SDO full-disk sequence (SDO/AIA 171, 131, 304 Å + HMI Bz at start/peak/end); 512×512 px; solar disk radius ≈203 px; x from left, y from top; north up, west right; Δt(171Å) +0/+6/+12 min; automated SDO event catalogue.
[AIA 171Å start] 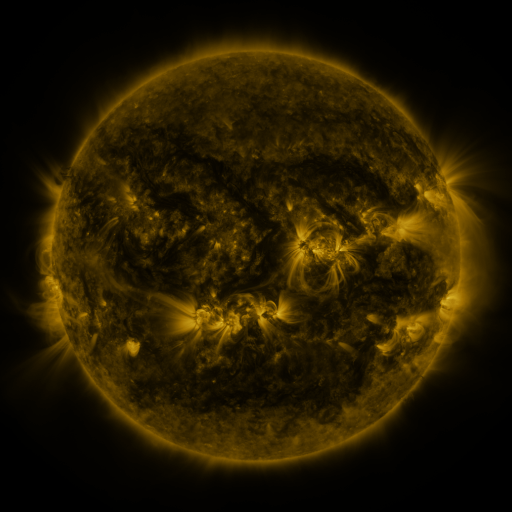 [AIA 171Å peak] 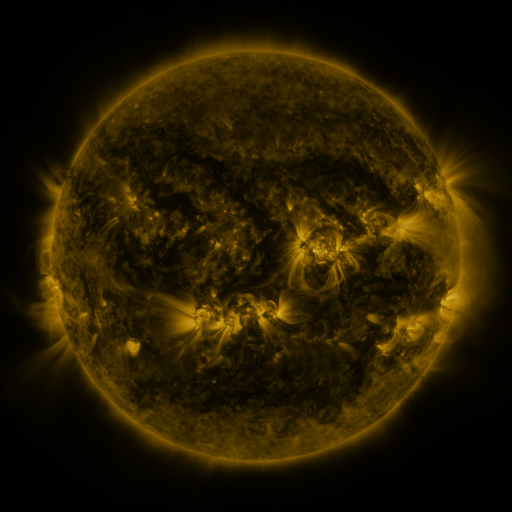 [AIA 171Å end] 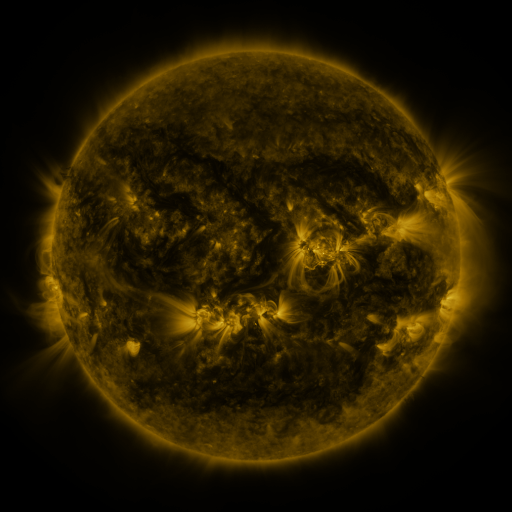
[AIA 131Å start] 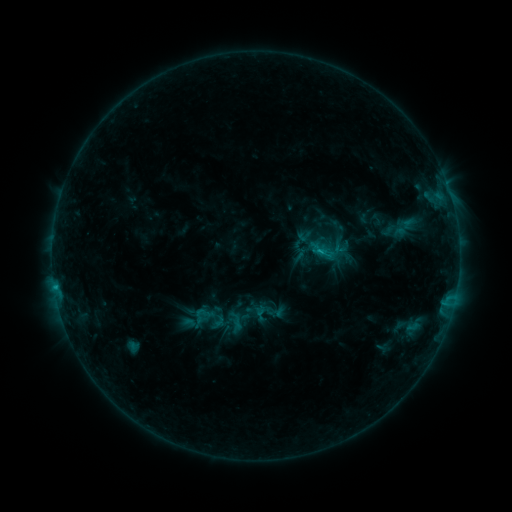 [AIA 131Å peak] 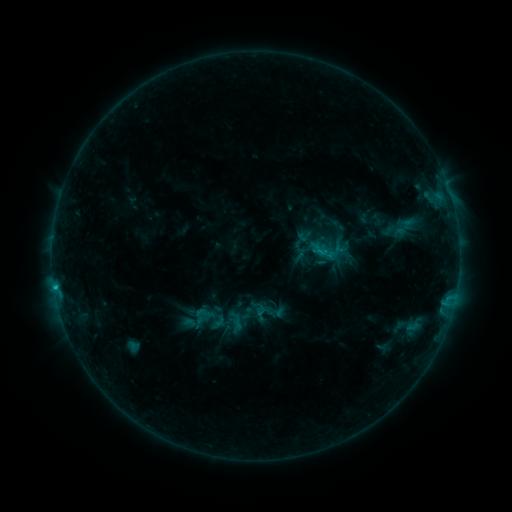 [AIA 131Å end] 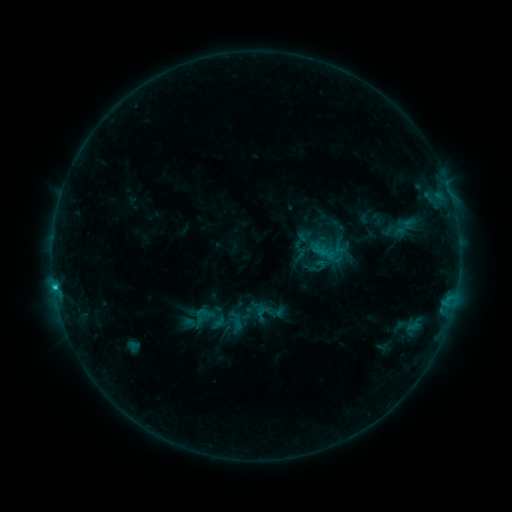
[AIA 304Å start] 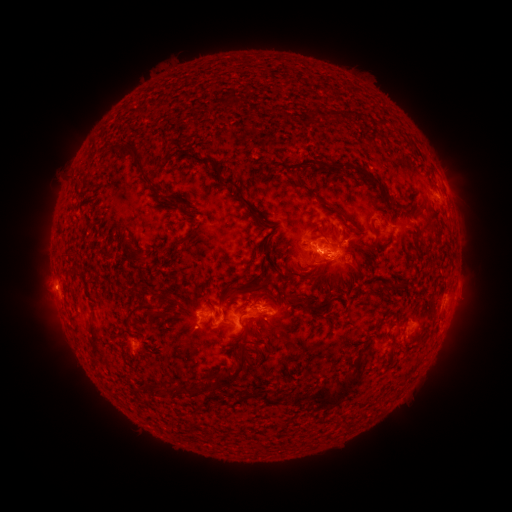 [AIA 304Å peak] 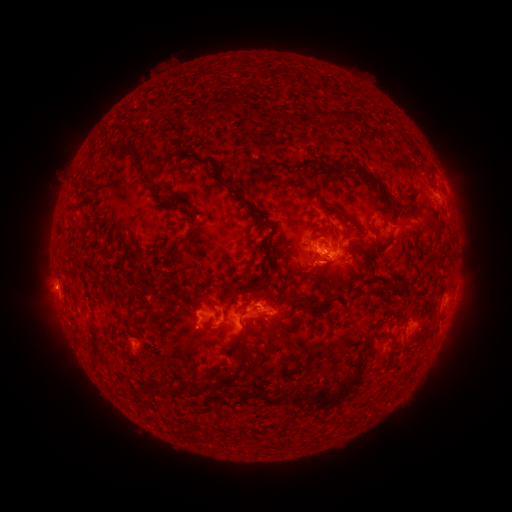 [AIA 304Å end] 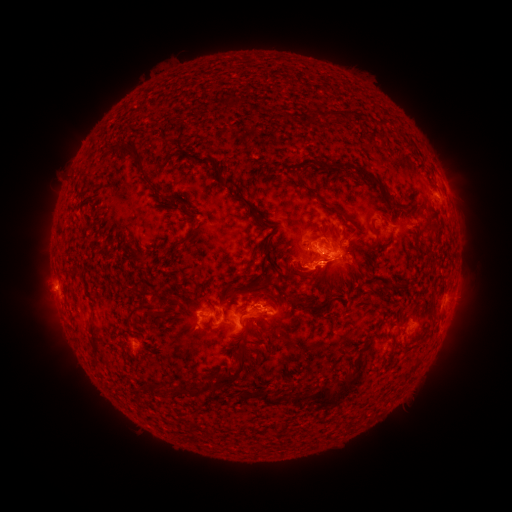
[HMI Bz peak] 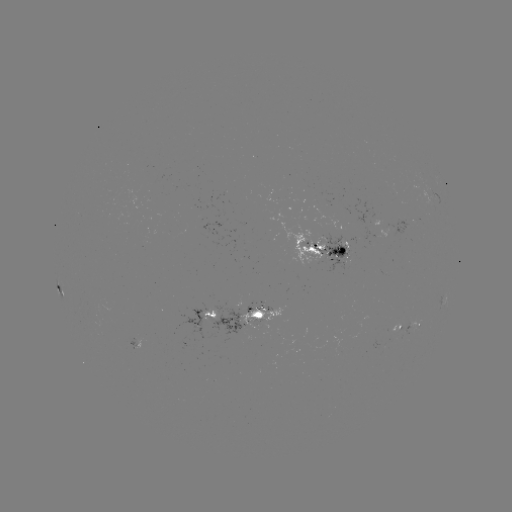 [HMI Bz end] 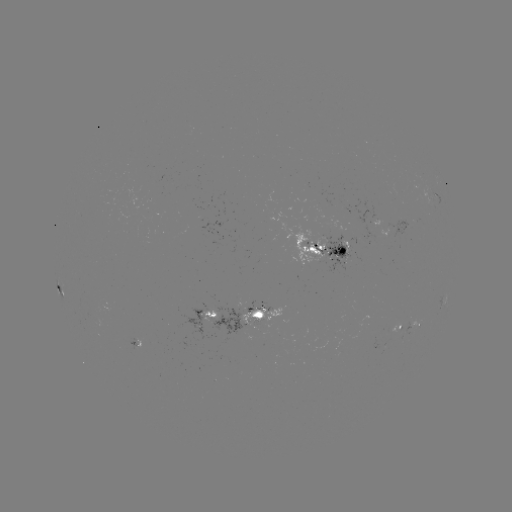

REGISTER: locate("C1.7 flare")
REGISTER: [55, 285]